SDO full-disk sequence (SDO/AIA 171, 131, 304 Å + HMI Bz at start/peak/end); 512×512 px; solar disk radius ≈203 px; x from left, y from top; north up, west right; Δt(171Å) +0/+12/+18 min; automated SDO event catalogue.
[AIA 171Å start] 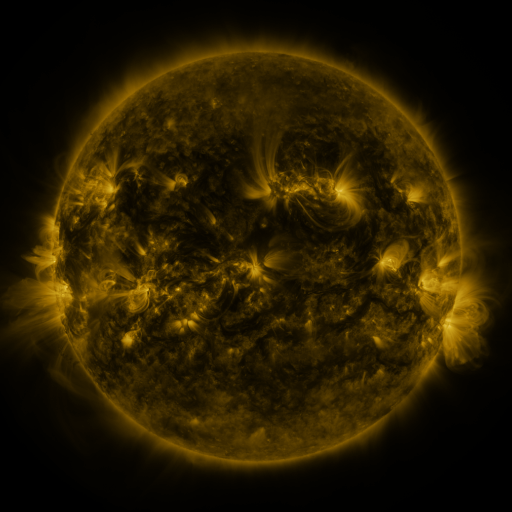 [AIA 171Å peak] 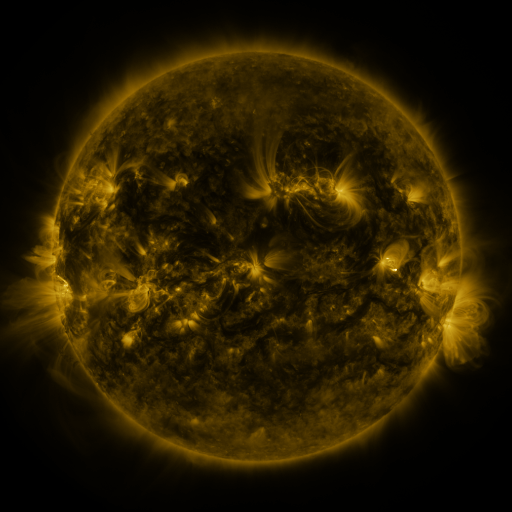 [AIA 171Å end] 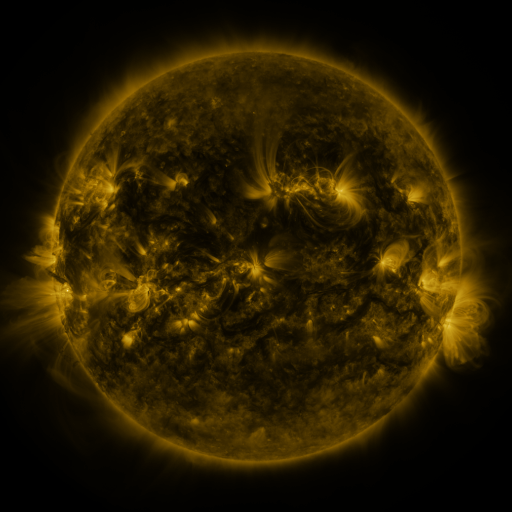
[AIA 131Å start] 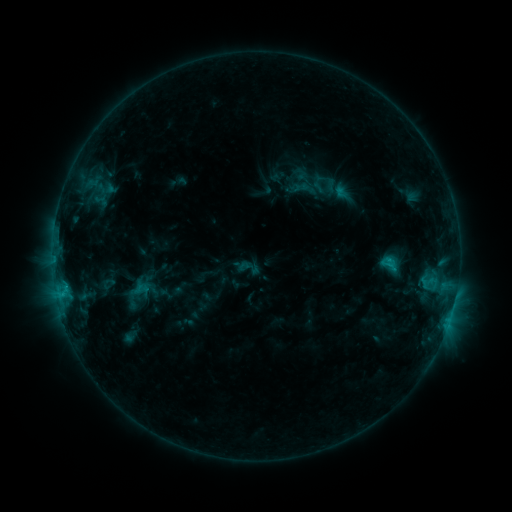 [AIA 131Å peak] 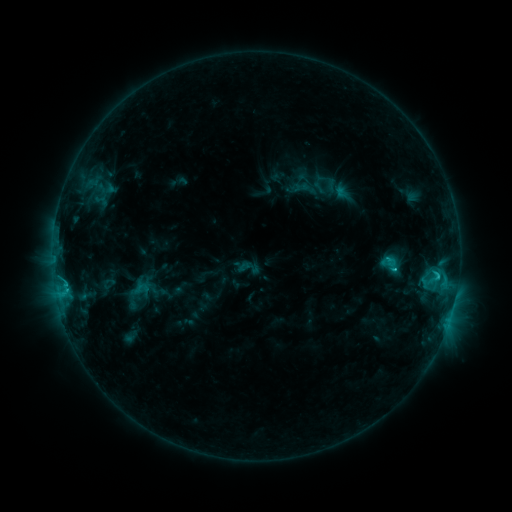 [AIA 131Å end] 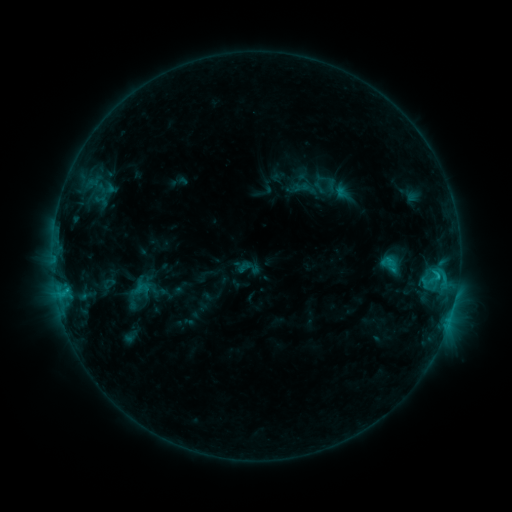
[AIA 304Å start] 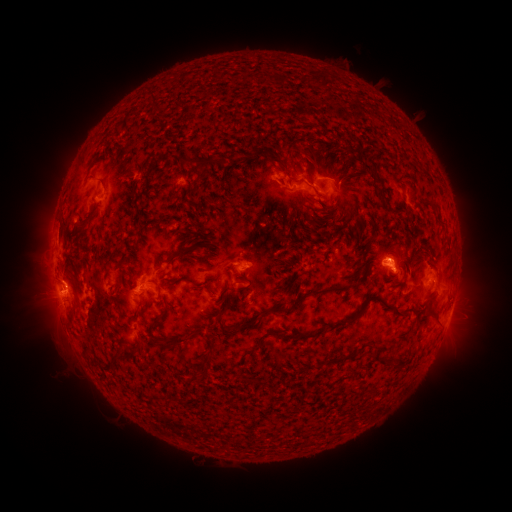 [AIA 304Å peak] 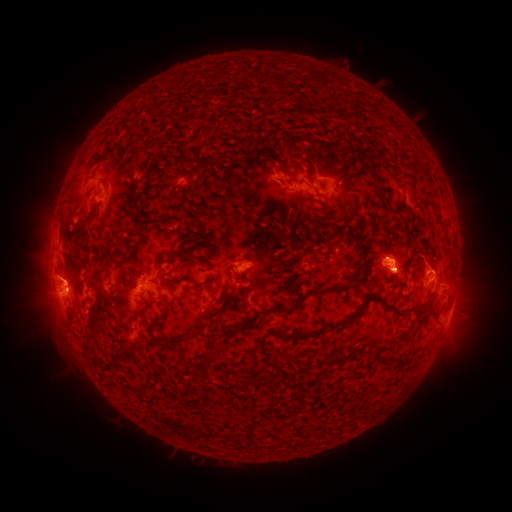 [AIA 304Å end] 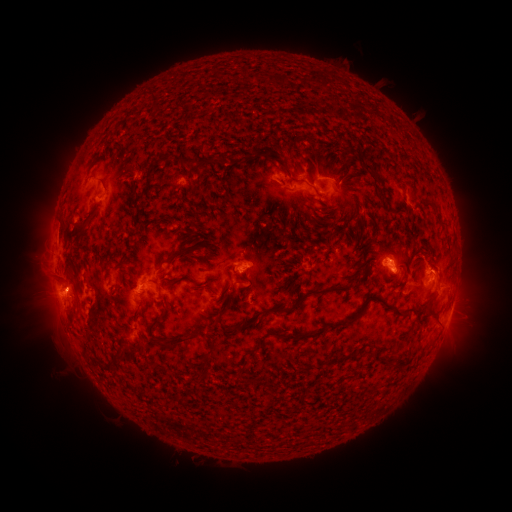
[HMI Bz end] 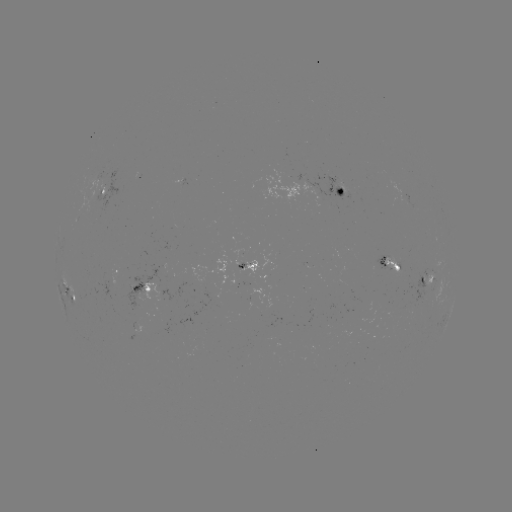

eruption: <bbox>9, 253, 94, 337</bbox>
